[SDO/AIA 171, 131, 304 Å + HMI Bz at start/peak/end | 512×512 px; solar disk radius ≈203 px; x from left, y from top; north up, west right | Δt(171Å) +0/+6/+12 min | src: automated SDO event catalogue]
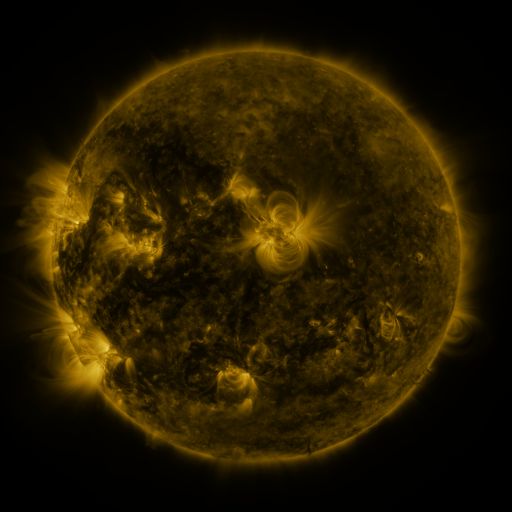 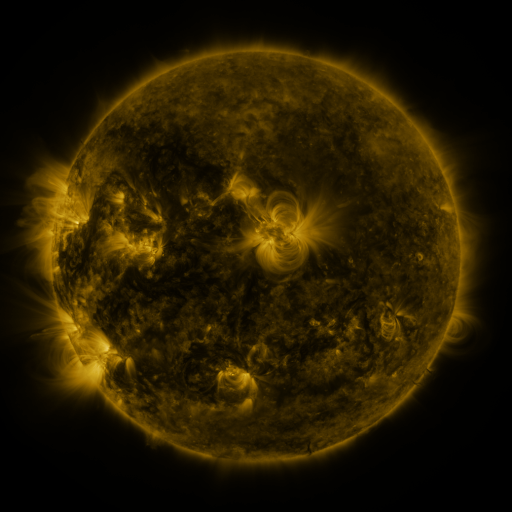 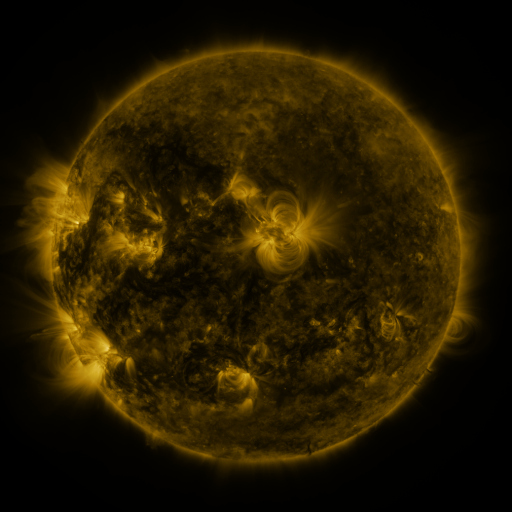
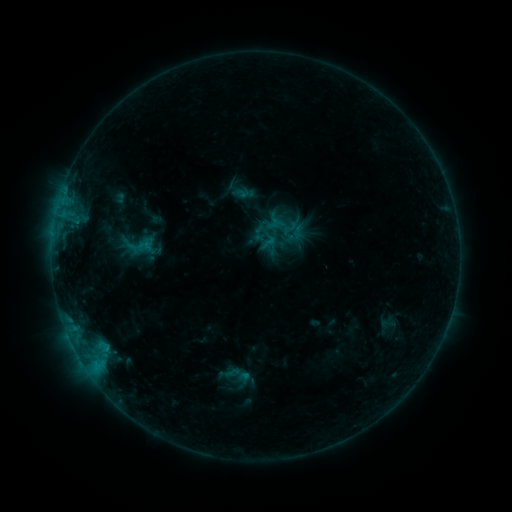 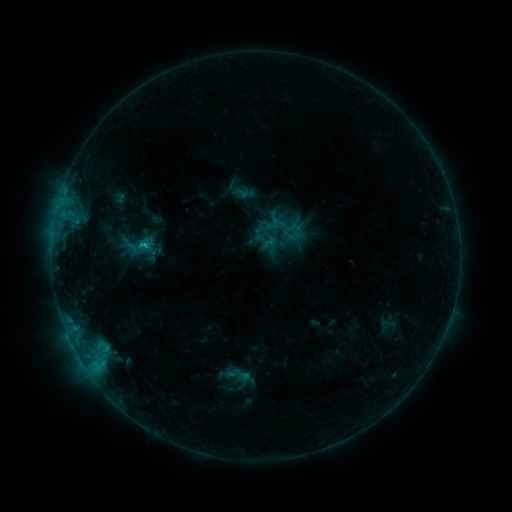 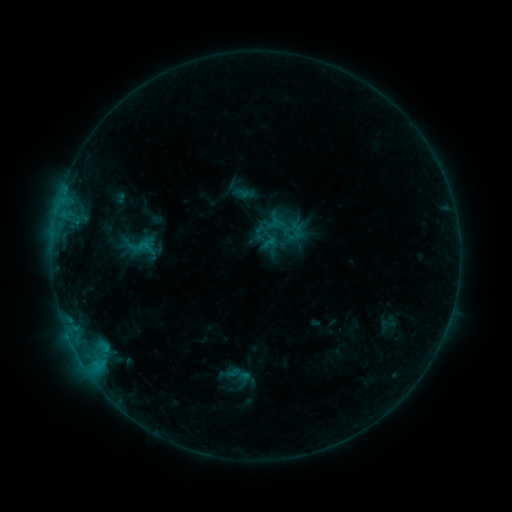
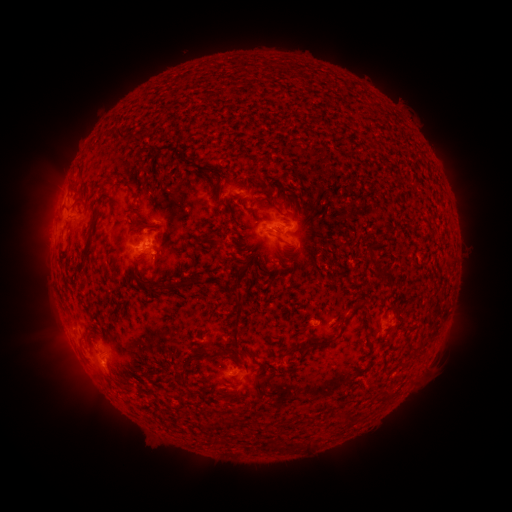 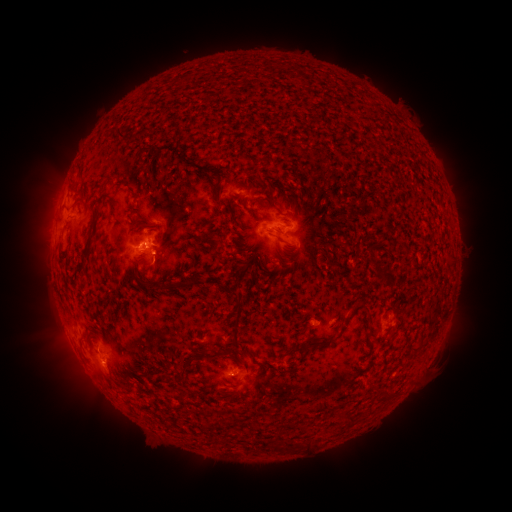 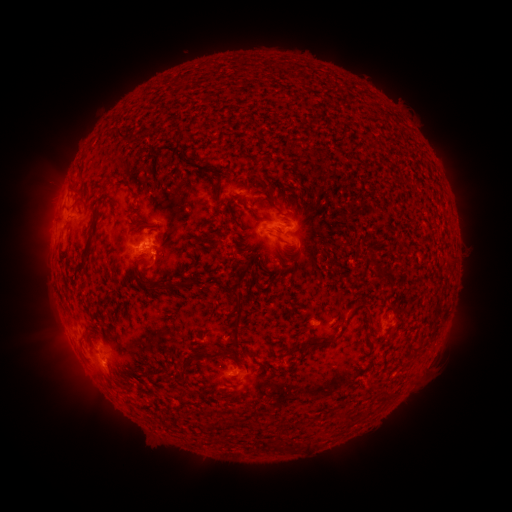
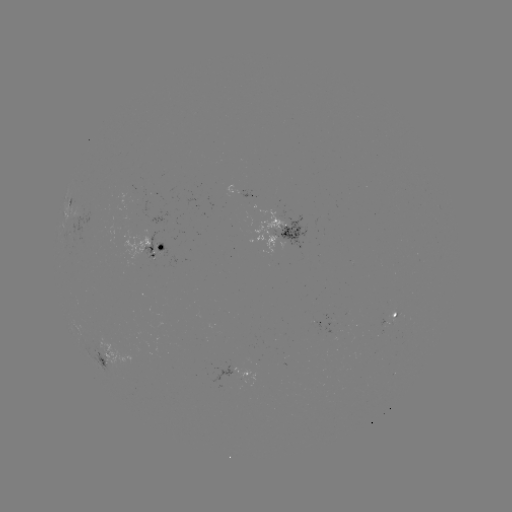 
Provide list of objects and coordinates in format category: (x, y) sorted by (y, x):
B8.2 flare: (145, 248)
